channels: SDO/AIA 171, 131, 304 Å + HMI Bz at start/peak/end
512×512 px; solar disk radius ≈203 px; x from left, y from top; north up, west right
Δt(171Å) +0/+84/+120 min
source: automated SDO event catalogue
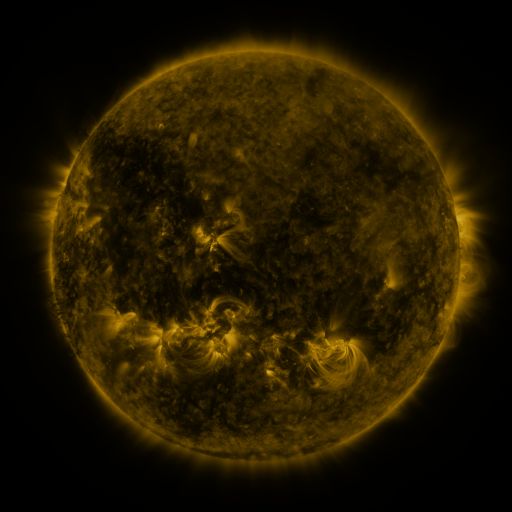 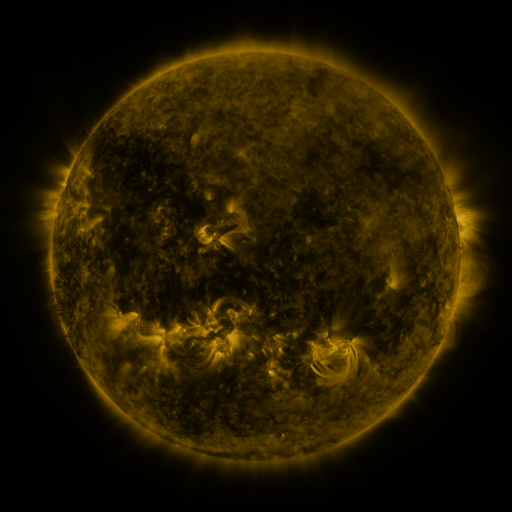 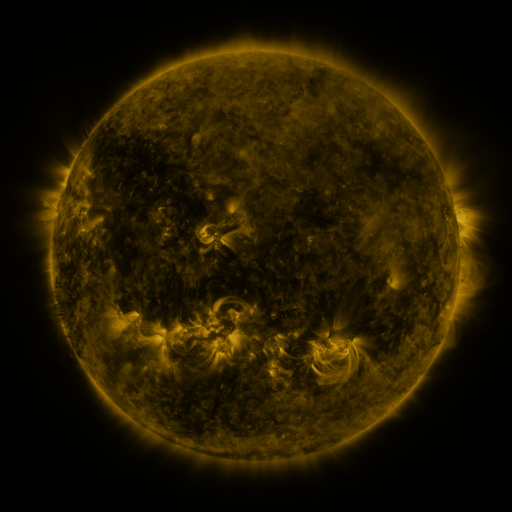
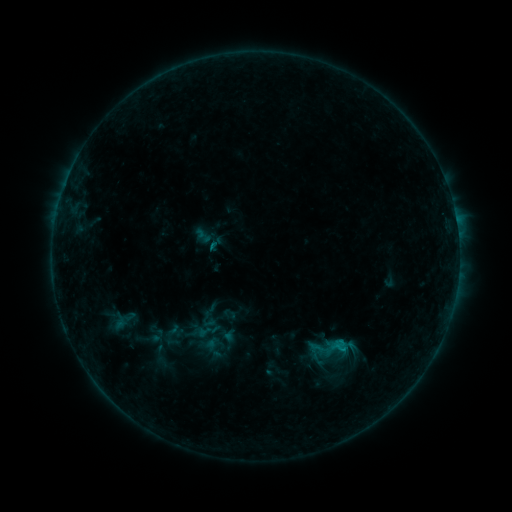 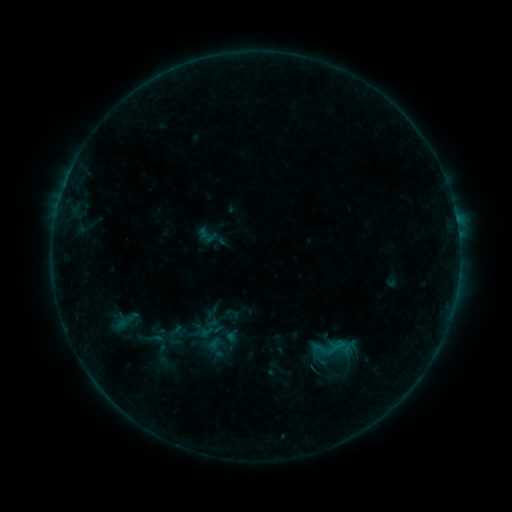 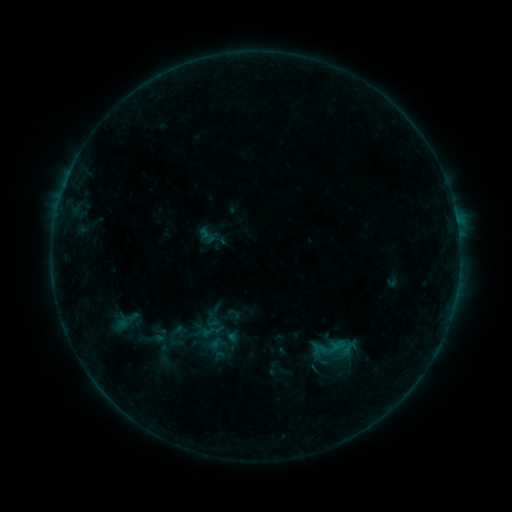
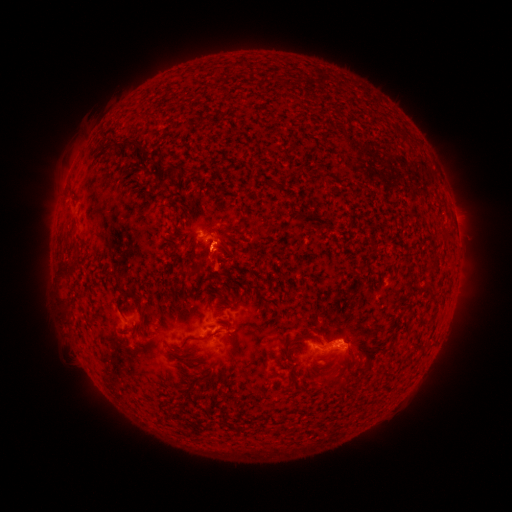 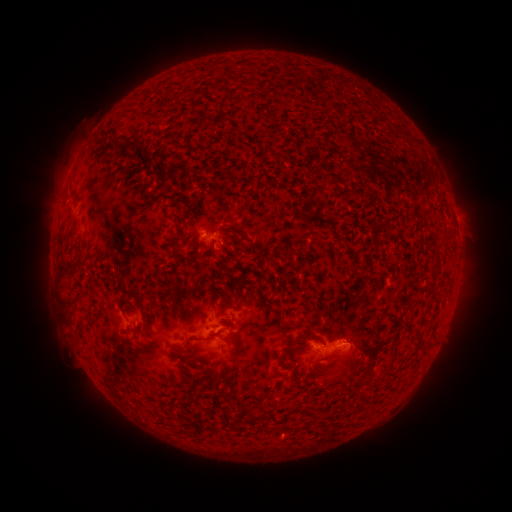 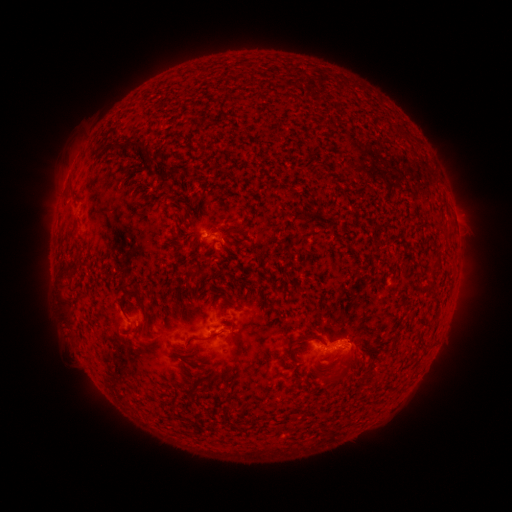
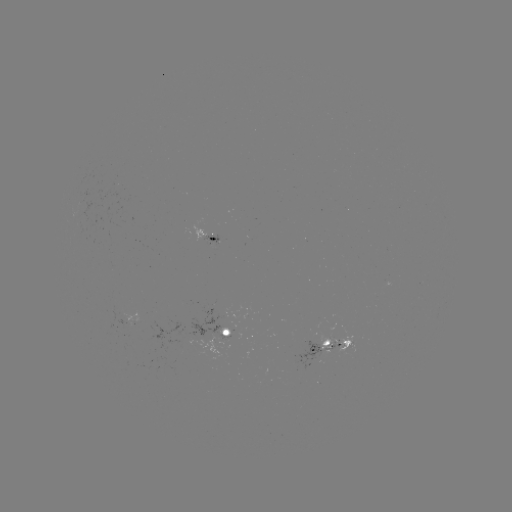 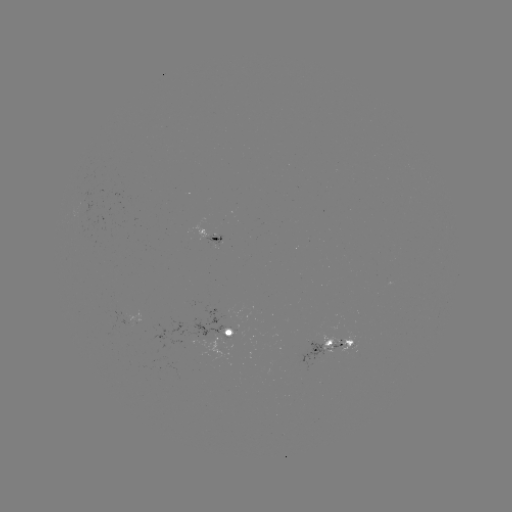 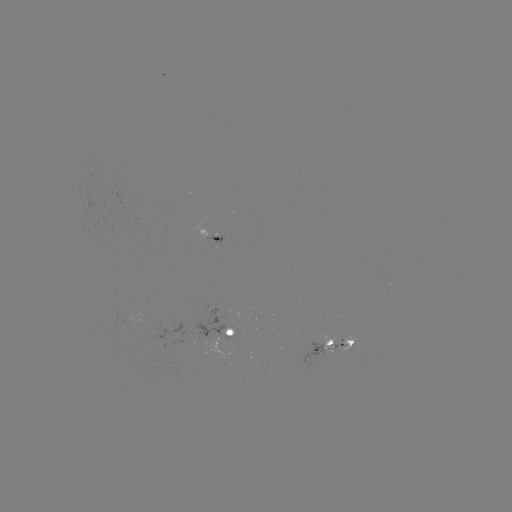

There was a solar emerging-flux region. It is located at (219, 241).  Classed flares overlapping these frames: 1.